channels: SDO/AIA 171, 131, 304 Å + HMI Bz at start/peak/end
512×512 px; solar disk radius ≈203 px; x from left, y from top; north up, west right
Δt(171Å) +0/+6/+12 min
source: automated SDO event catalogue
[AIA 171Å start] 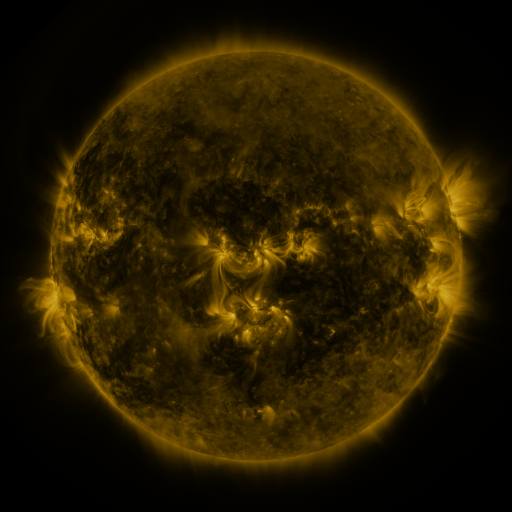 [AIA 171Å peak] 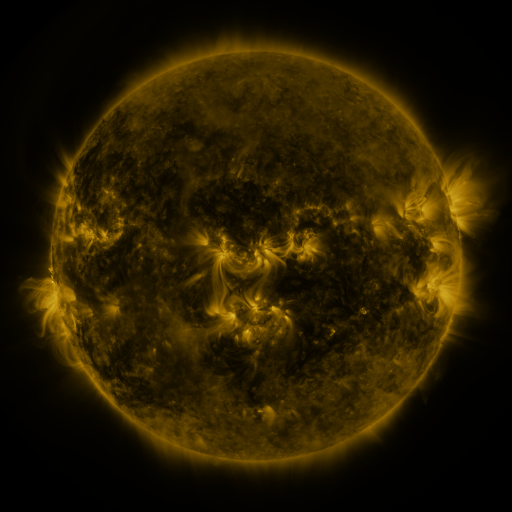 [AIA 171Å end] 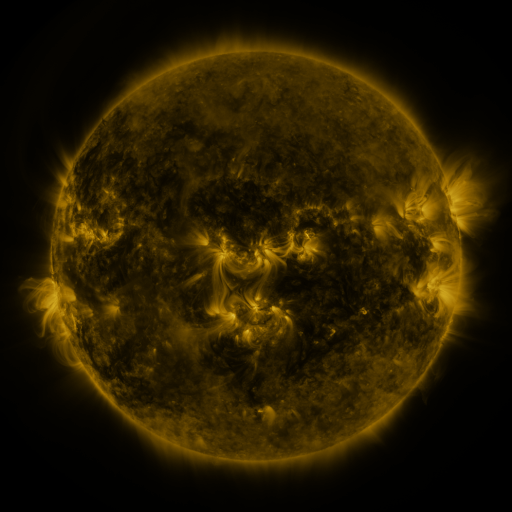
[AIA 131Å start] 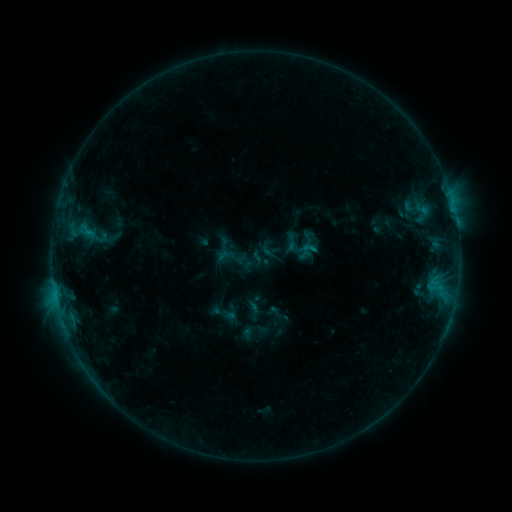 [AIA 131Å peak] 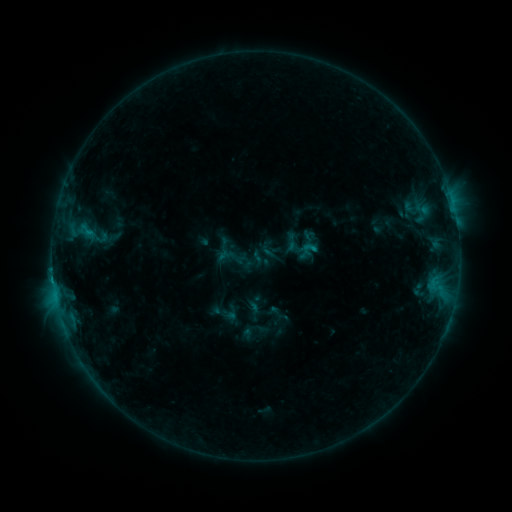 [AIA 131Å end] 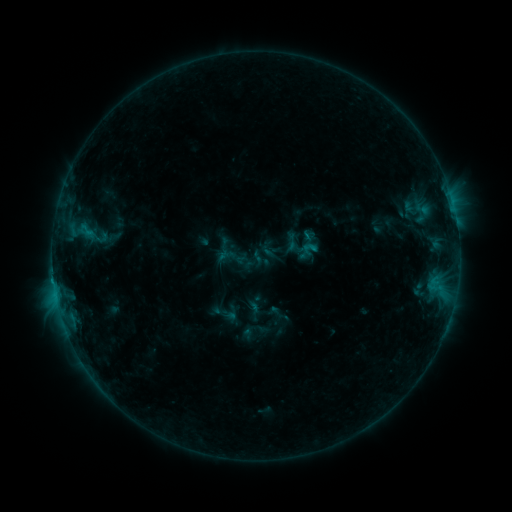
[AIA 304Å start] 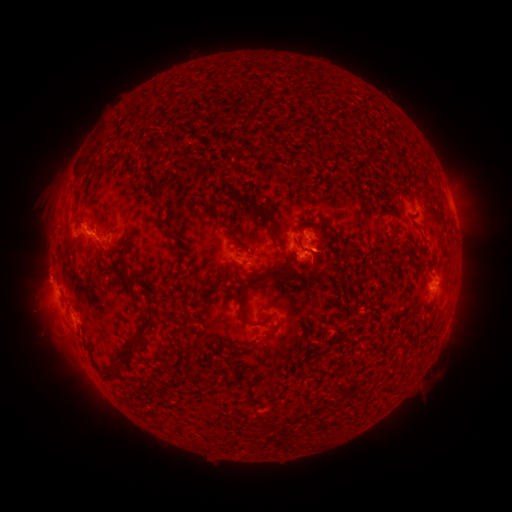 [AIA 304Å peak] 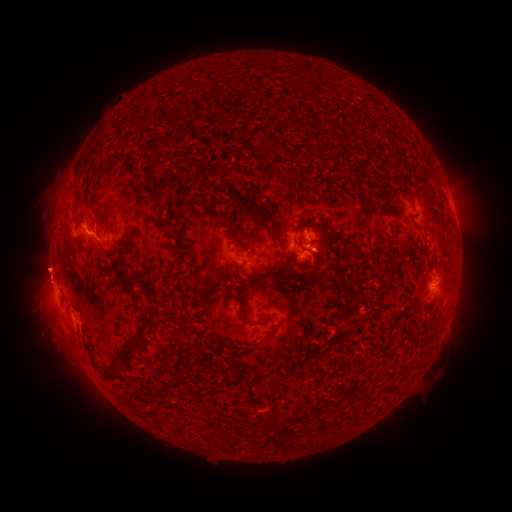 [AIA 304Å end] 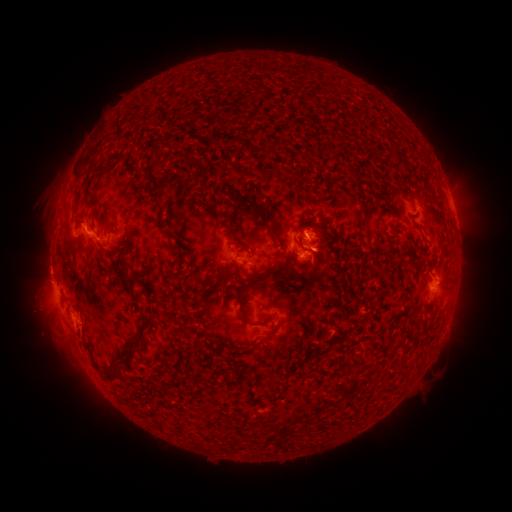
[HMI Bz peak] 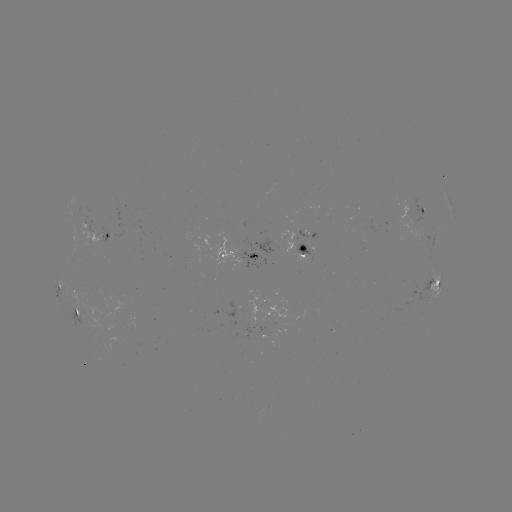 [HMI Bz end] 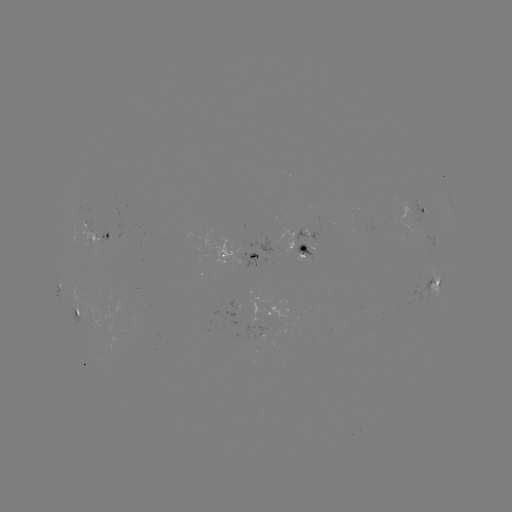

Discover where eruption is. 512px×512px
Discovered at [45, 267].